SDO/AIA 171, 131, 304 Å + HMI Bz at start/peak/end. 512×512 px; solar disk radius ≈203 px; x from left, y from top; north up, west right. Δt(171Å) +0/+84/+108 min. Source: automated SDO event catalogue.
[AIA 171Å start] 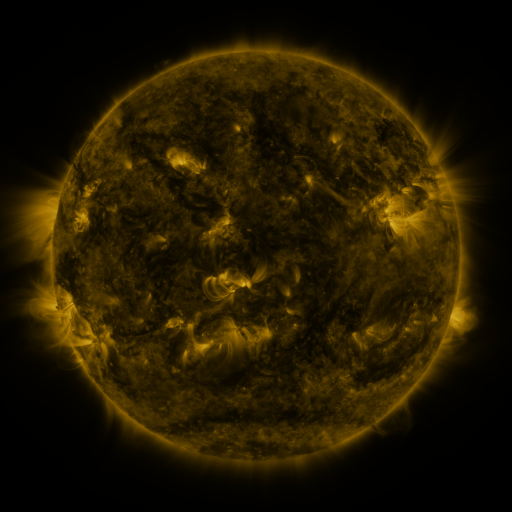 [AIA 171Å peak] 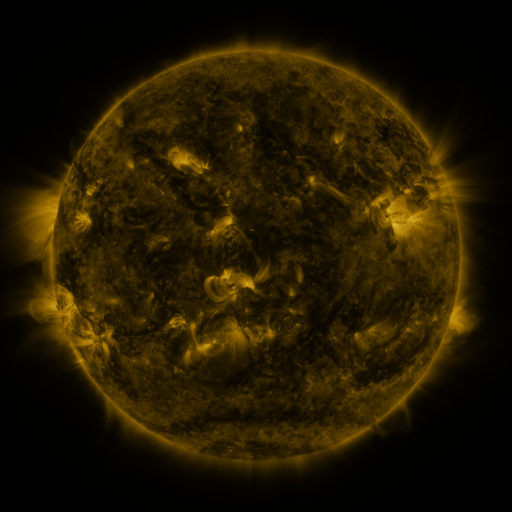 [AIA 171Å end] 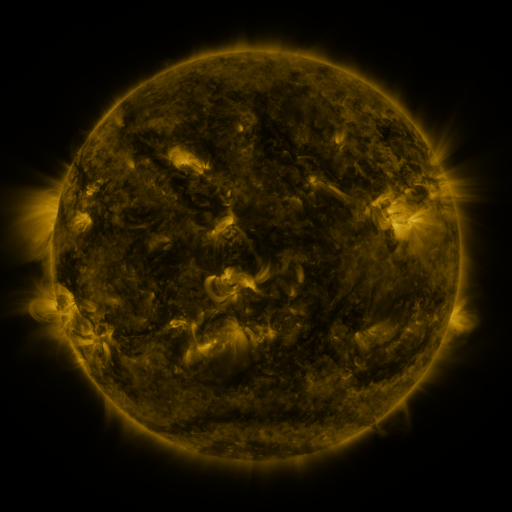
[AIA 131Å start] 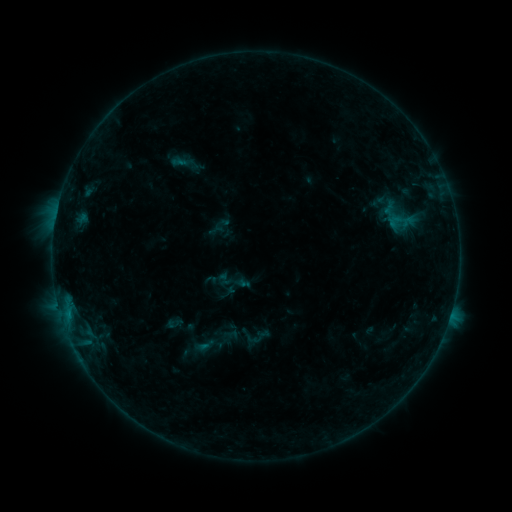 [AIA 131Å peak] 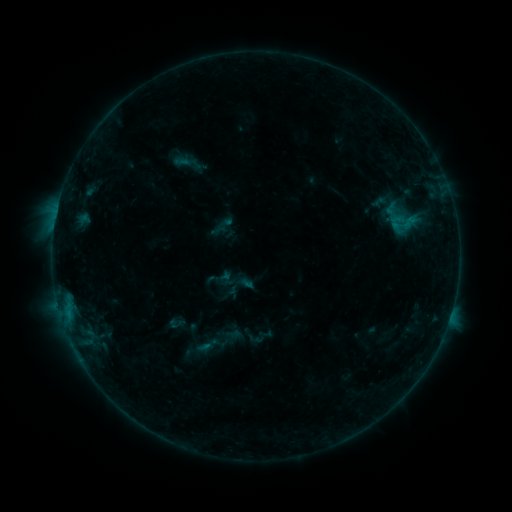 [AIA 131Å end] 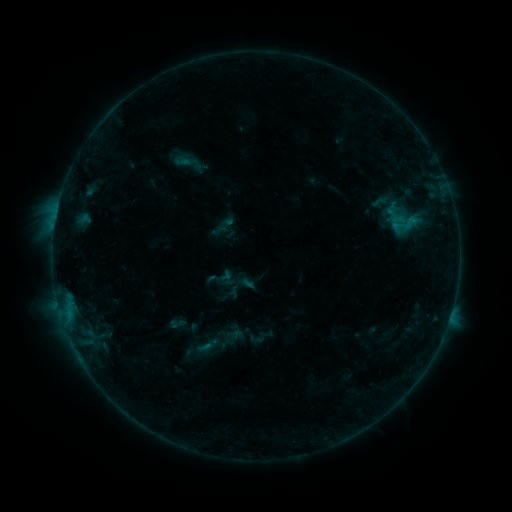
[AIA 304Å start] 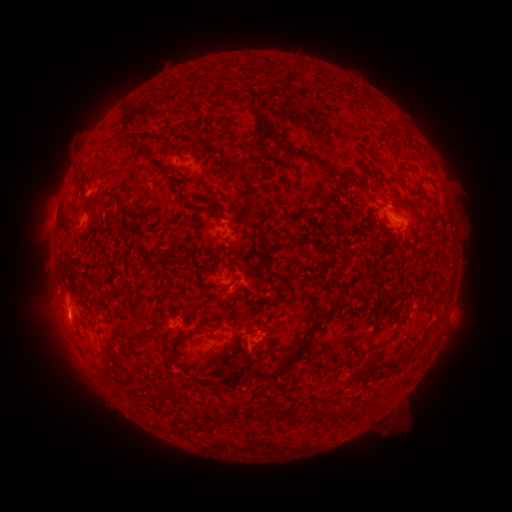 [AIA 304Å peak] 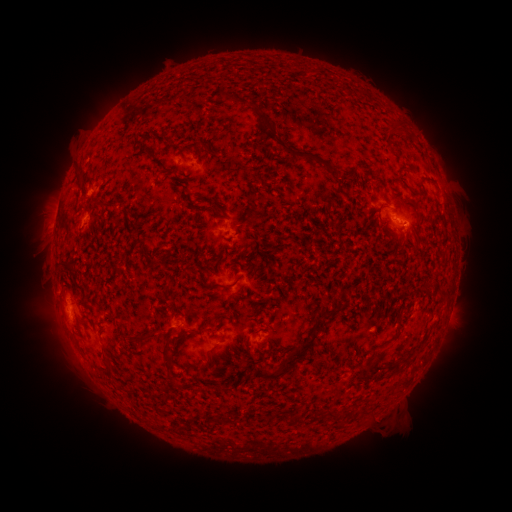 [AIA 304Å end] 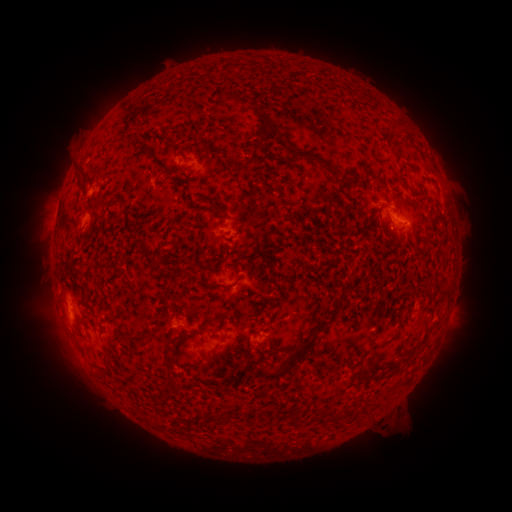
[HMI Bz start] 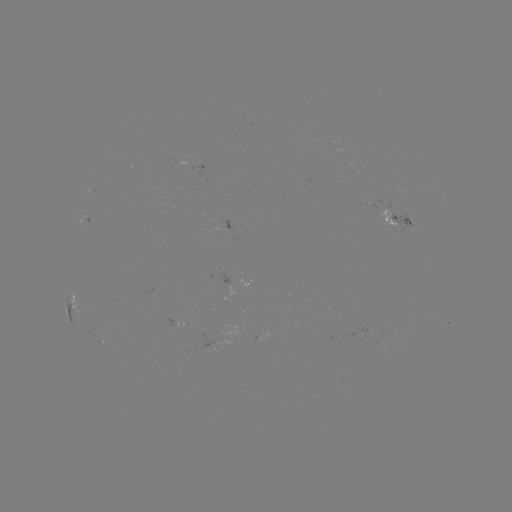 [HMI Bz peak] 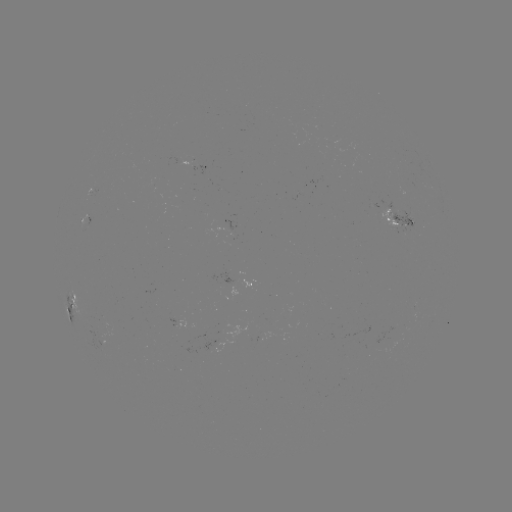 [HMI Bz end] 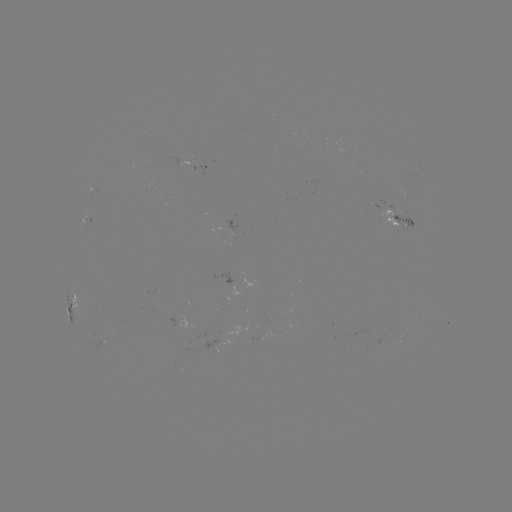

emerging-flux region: <bbox>378, 207, 400, 230</bbox>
